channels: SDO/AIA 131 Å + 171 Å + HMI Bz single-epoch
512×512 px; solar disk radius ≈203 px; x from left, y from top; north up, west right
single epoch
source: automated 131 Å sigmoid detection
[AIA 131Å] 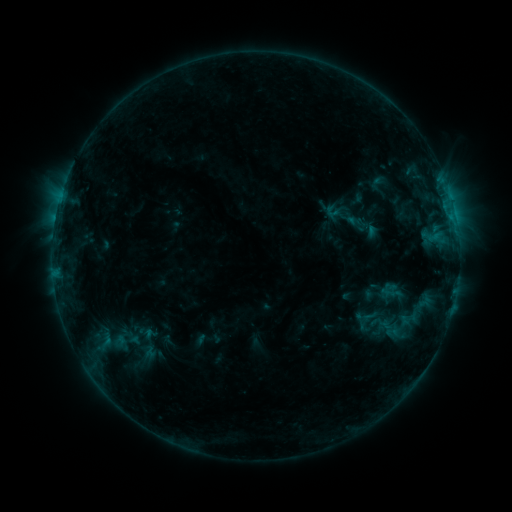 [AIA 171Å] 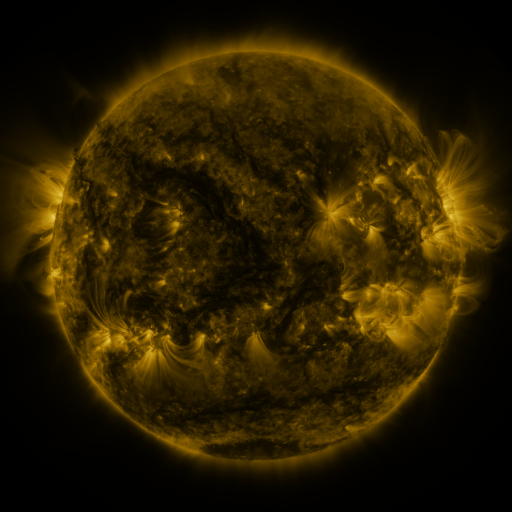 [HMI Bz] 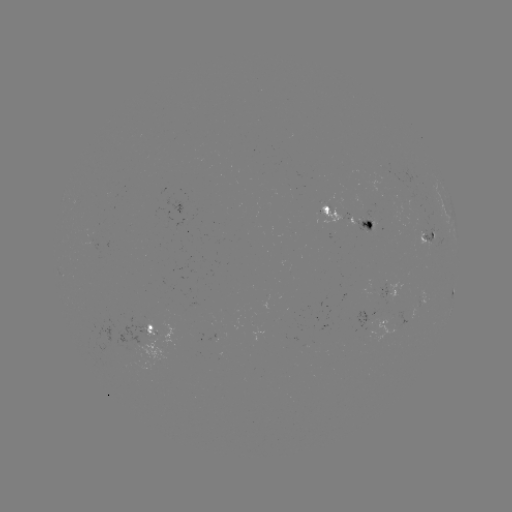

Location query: sigmoid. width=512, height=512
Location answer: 380,322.